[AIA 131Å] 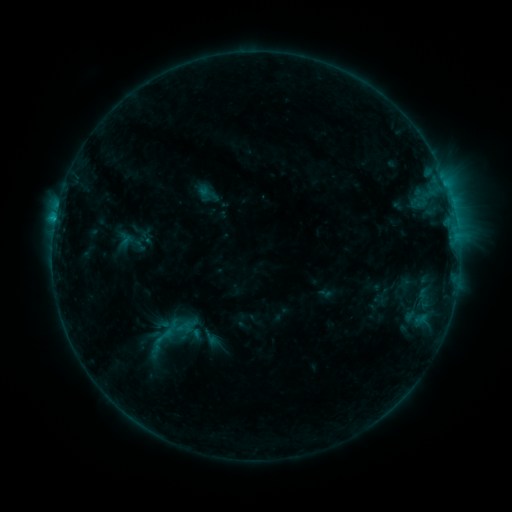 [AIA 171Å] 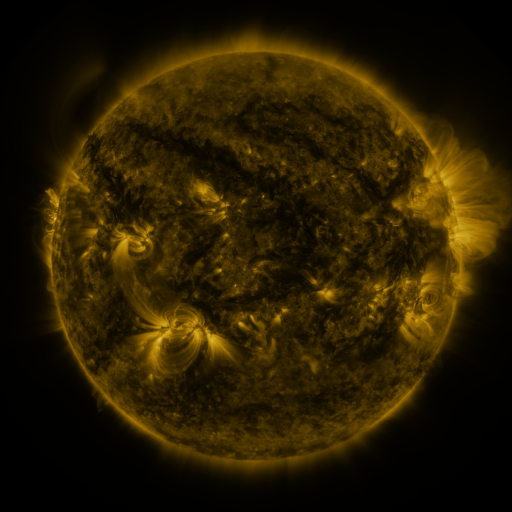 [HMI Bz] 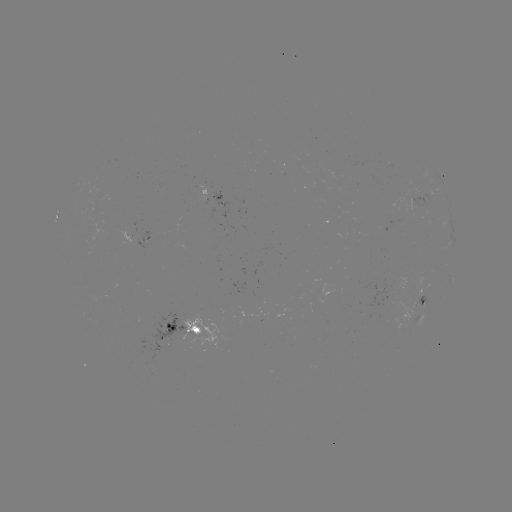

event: sigmoid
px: (163, 336)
